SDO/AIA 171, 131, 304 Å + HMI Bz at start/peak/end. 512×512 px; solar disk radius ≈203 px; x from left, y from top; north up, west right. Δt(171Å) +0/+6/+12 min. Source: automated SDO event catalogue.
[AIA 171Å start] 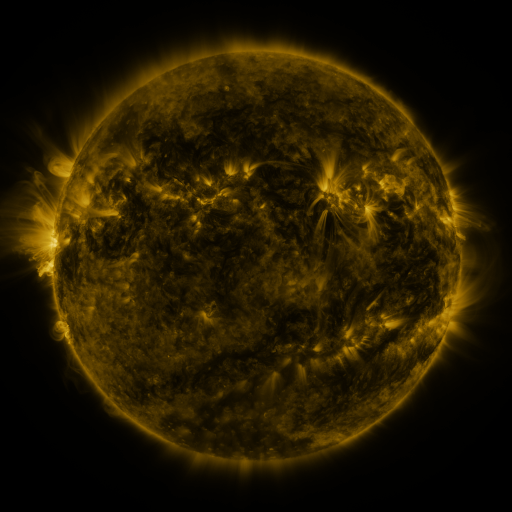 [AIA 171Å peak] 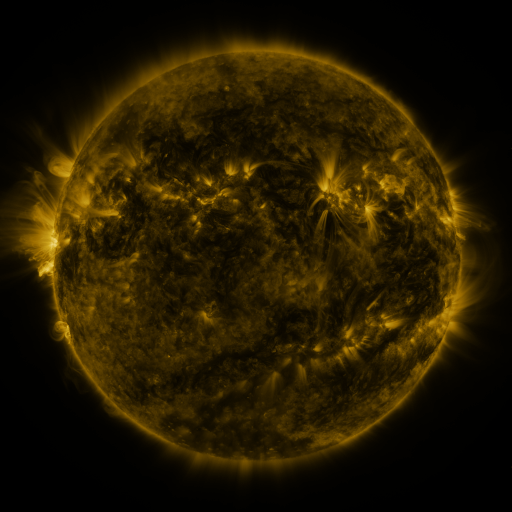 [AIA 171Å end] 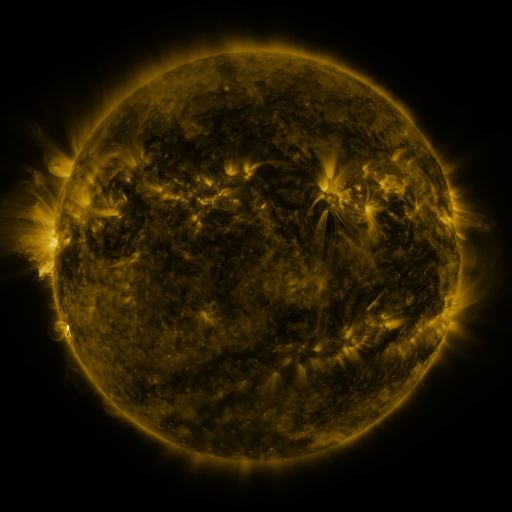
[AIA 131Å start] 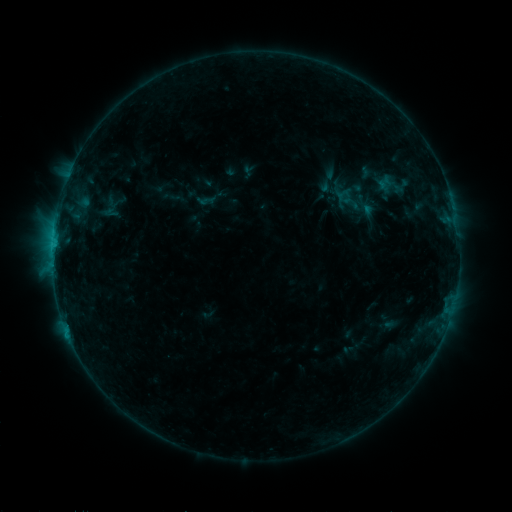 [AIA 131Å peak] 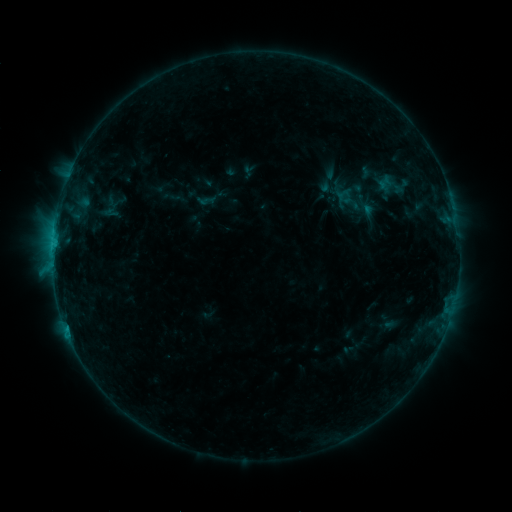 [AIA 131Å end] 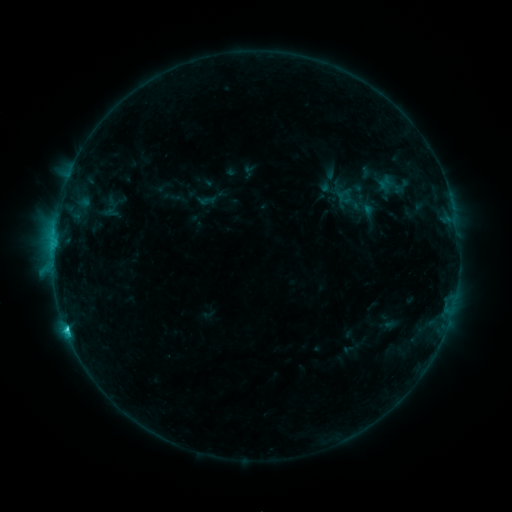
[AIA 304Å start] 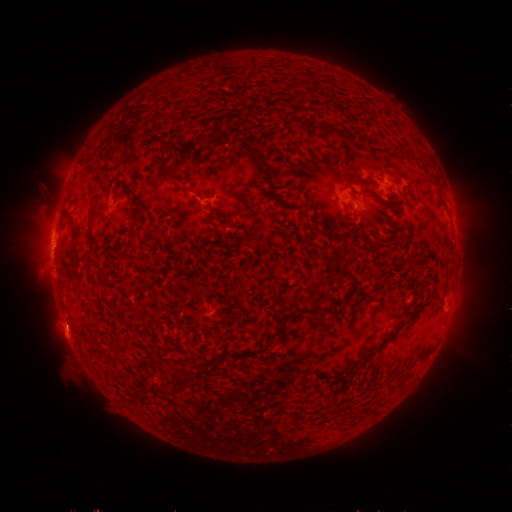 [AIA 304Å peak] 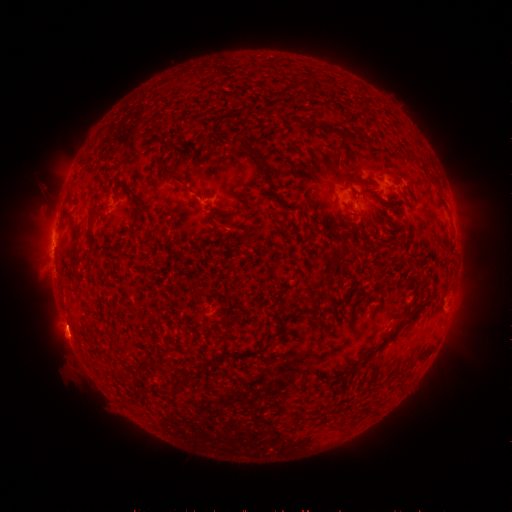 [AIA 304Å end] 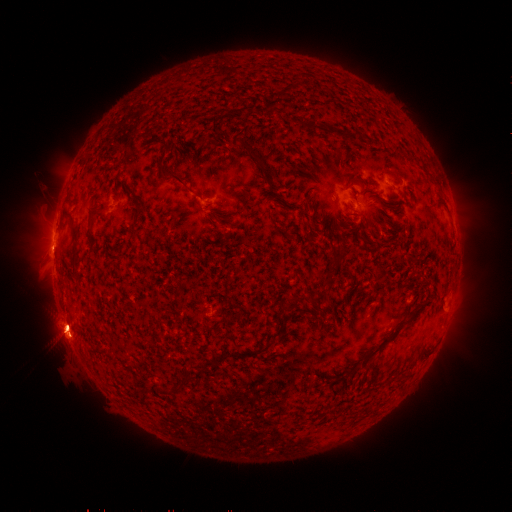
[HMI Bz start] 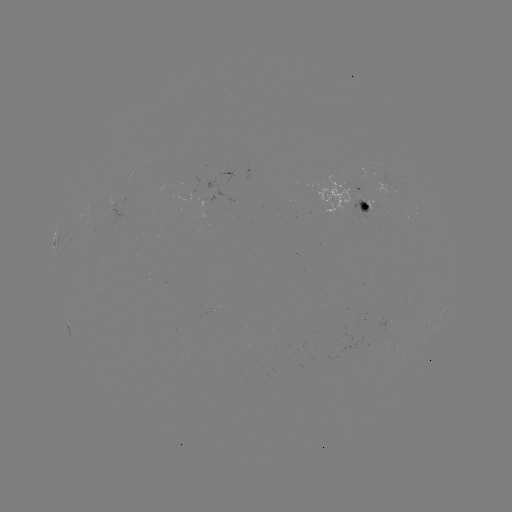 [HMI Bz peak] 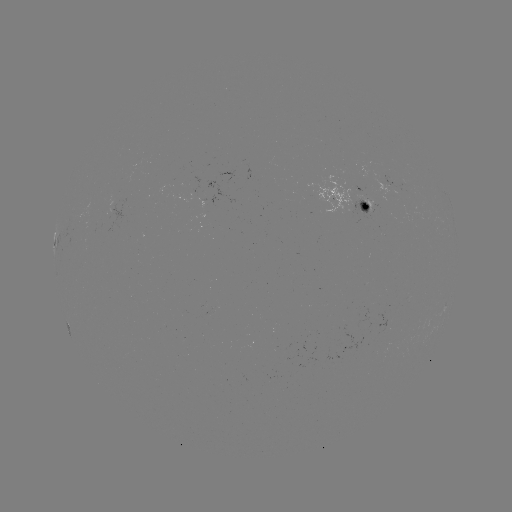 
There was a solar eruption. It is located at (71, 332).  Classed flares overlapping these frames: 1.